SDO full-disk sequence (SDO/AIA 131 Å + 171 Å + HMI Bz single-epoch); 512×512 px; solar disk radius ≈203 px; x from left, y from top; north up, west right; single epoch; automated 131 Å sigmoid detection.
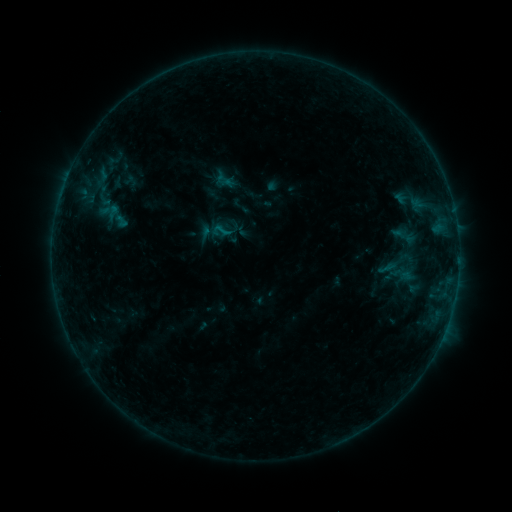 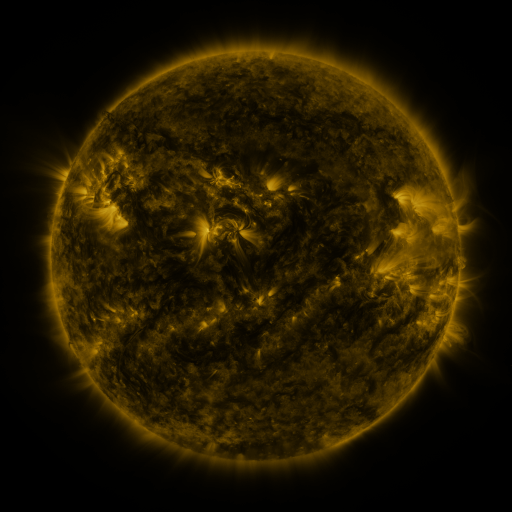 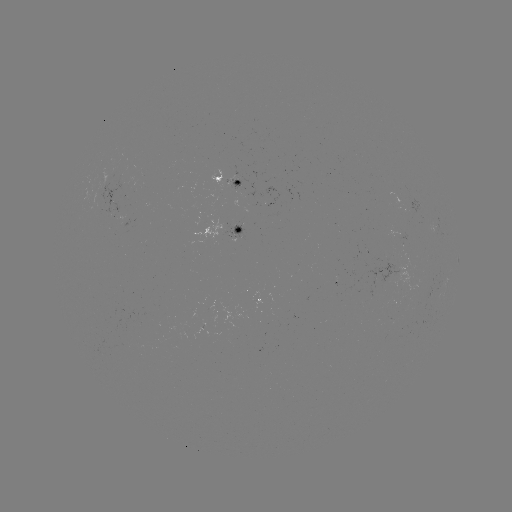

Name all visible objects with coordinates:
sigmoid: [210, 221, 231, 241]
